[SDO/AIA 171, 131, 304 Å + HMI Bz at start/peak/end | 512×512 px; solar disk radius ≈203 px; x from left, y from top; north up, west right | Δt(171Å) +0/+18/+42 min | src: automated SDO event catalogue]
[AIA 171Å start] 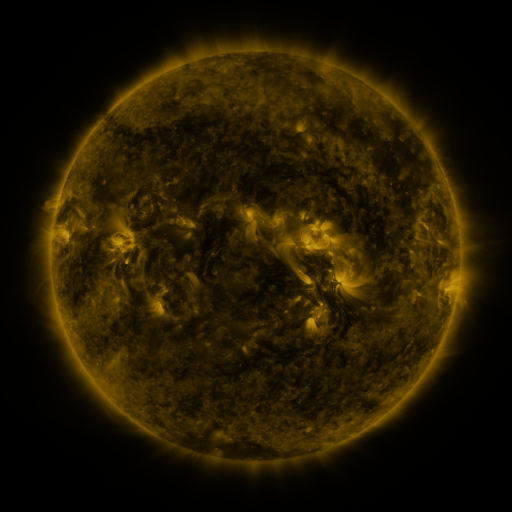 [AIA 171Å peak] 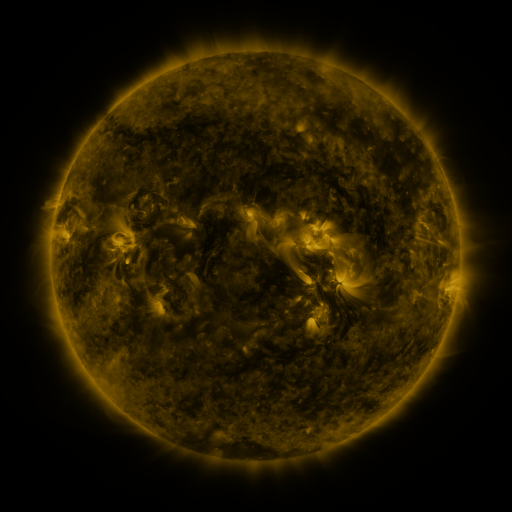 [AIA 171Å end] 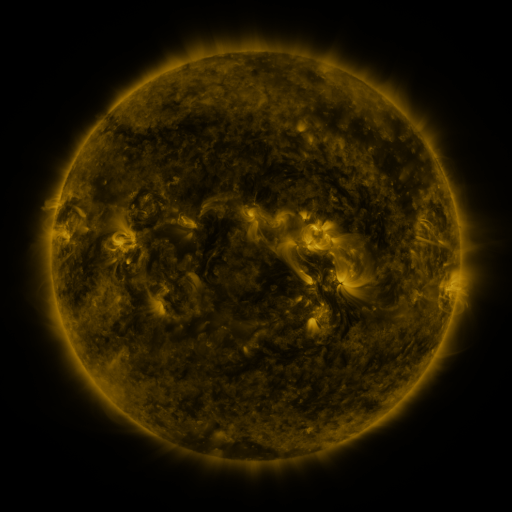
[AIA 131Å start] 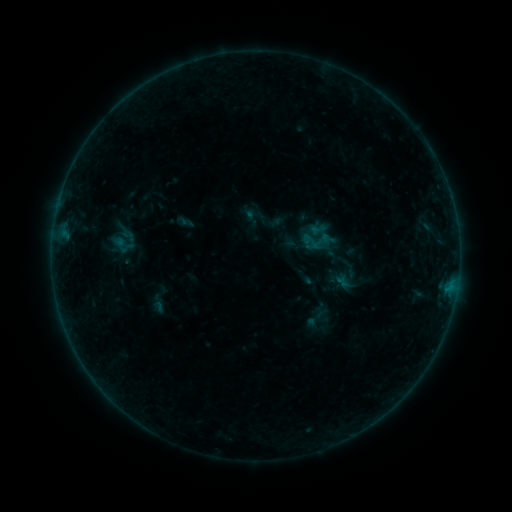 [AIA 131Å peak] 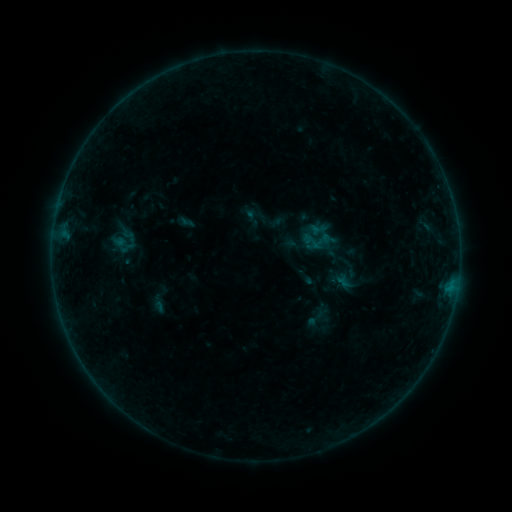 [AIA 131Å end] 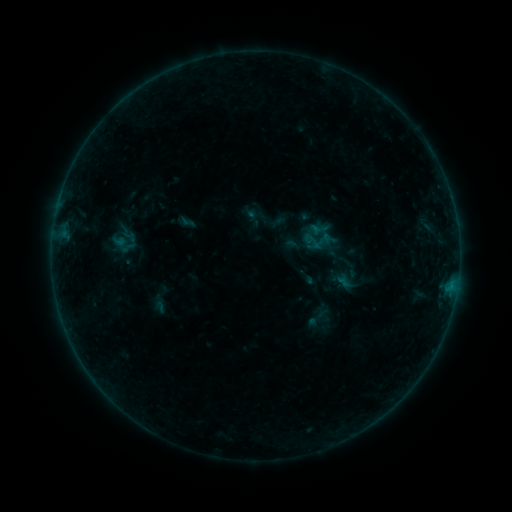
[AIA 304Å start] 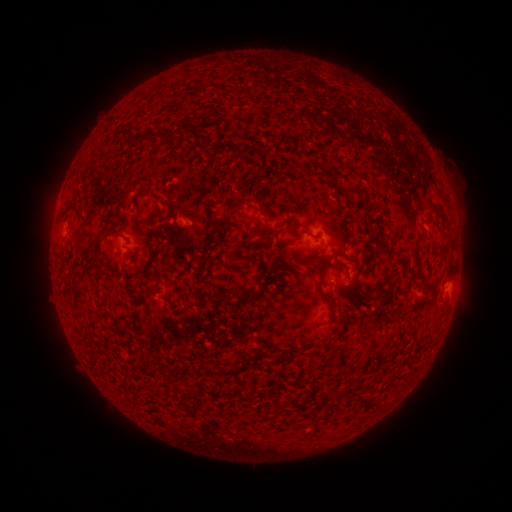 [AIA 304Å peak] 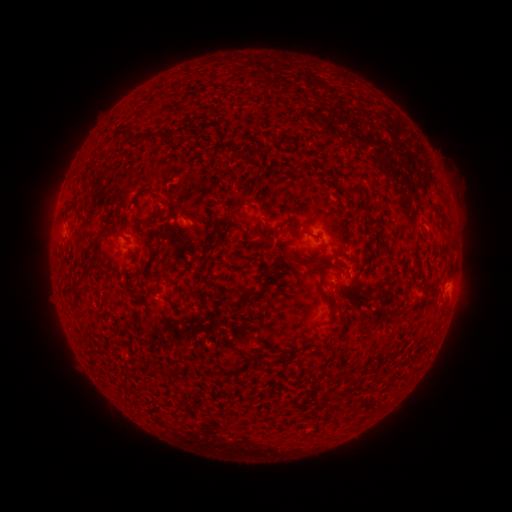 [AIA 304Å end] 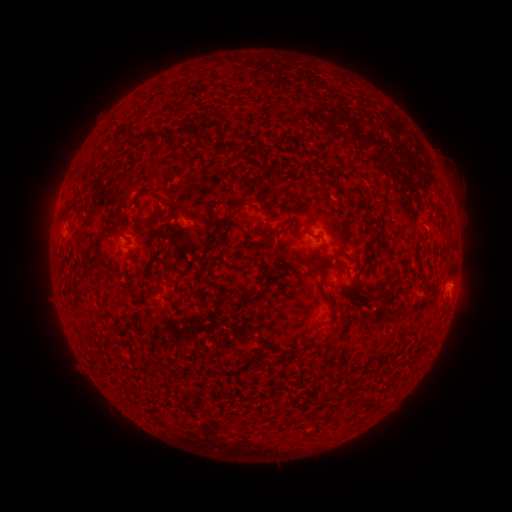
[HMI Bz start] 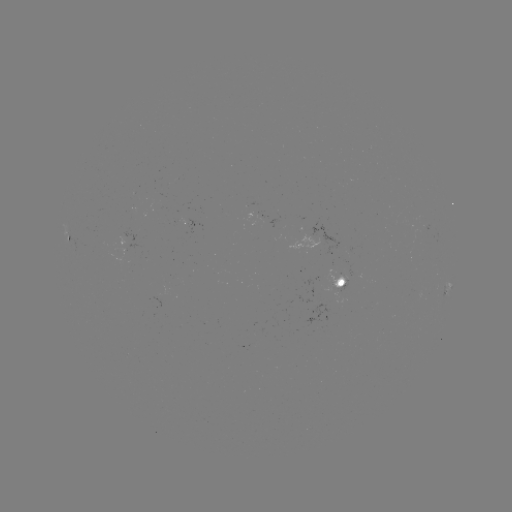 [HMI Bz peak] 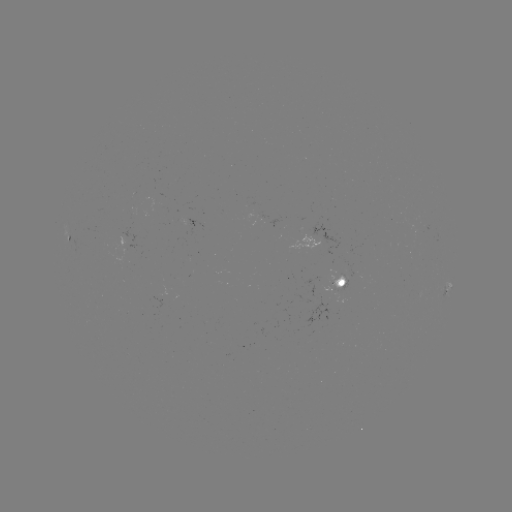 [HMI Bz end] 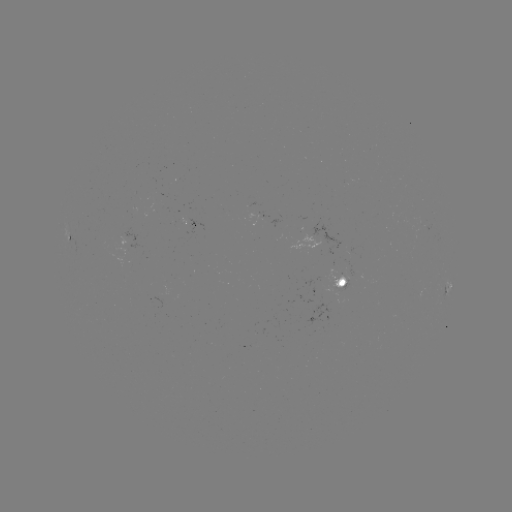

no catalogued flare and no flagged EUV brightening in this window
